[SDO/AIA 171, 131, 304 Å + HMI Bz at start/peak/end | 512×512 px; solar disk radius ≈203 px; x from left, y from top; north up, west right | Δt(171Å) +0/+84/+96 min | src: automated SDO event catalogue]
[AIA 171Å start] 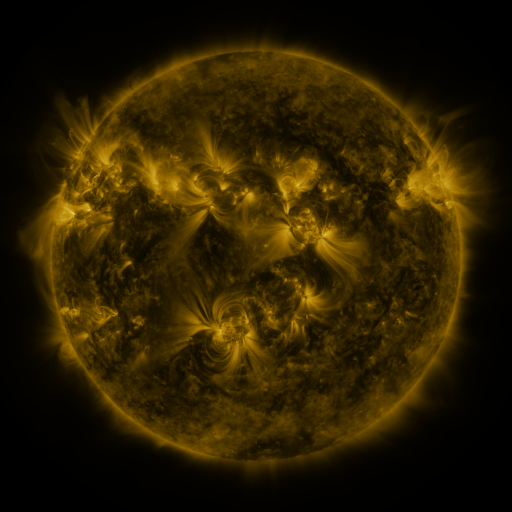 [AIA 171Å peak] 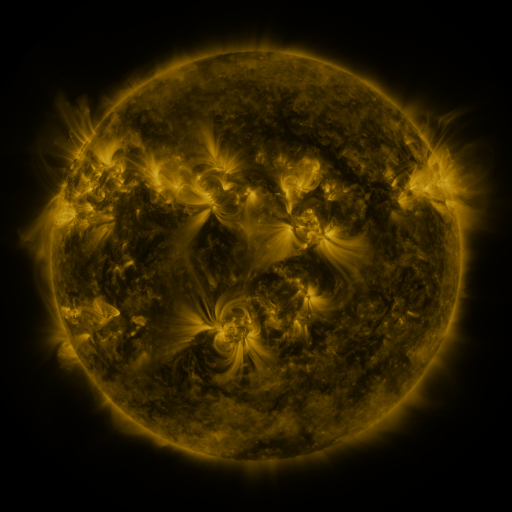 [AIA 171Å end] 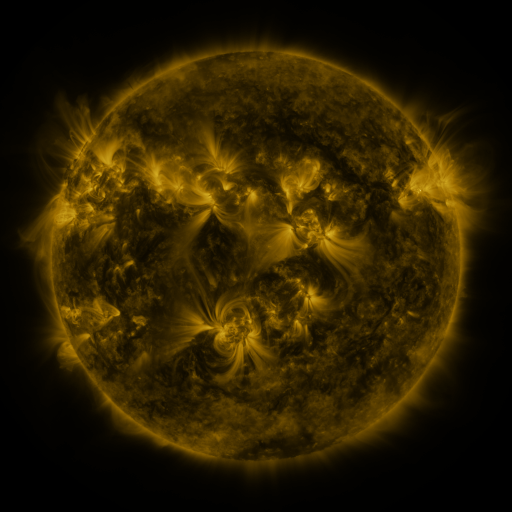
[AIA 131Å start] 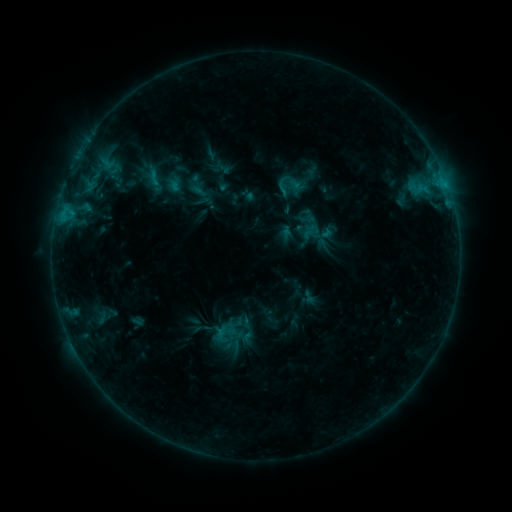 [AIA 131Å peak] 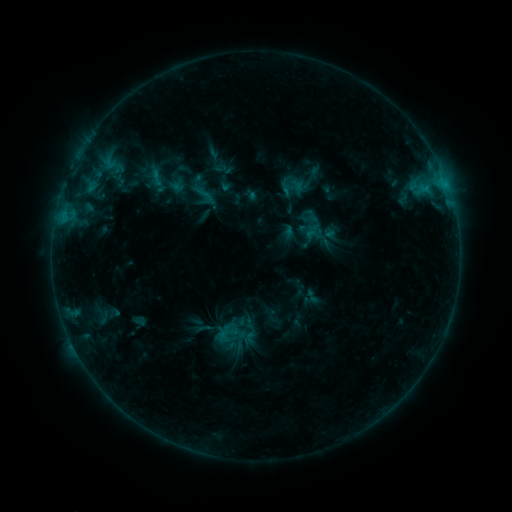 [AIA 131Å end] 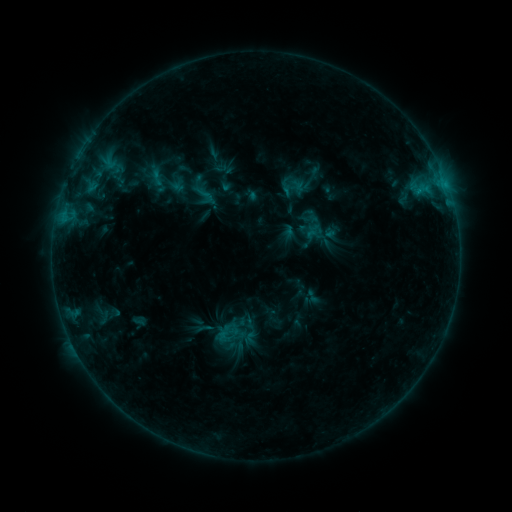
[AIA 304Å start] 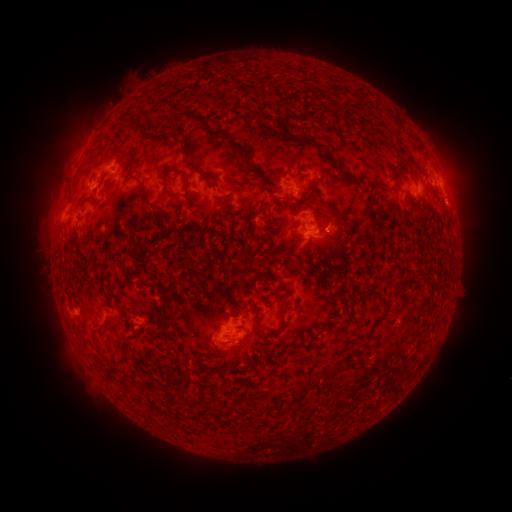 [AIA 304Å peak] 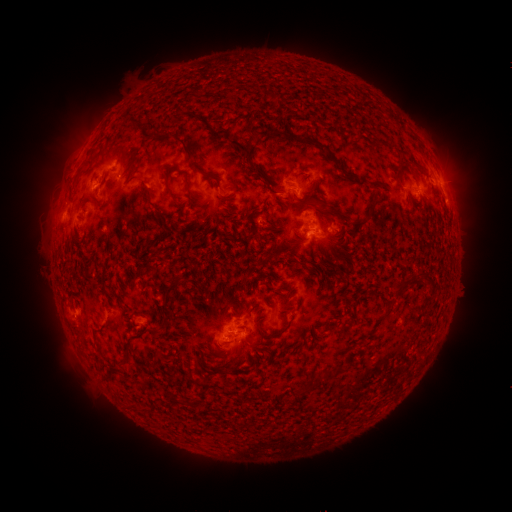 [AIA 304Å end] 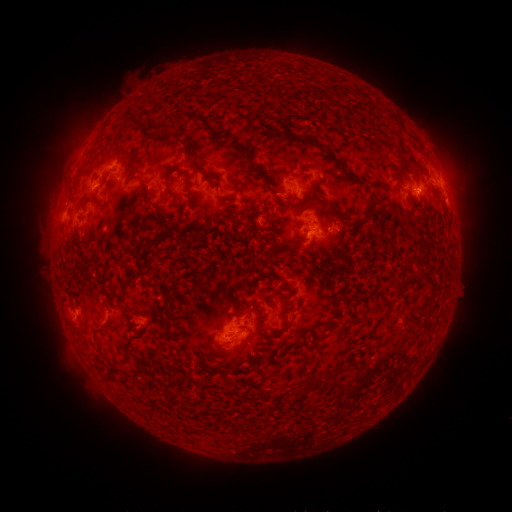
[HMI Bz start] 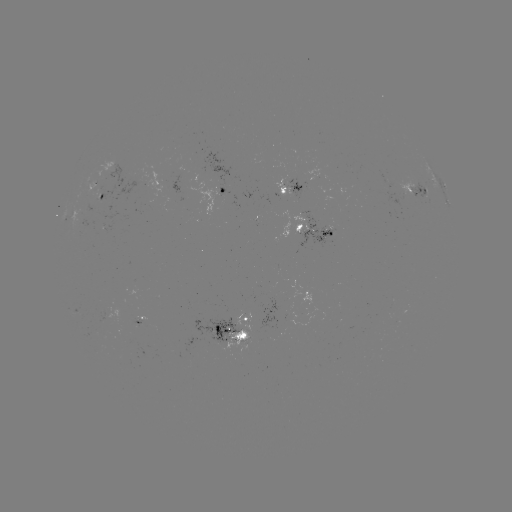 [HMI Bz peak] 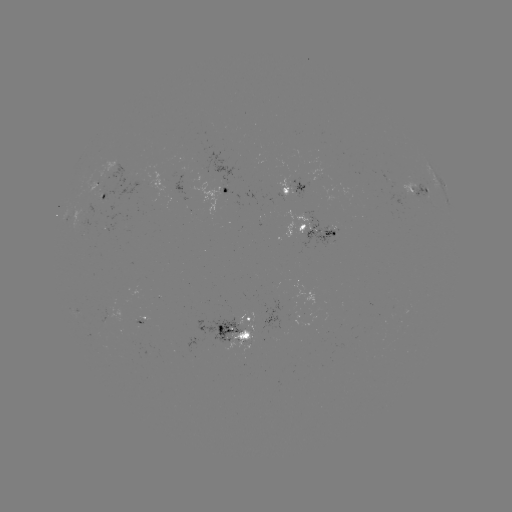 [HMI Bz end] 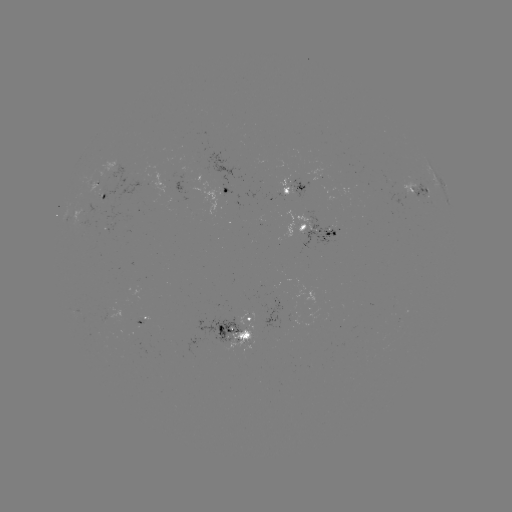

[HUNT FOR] emerging-flux region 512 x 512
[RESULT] [328, 234]